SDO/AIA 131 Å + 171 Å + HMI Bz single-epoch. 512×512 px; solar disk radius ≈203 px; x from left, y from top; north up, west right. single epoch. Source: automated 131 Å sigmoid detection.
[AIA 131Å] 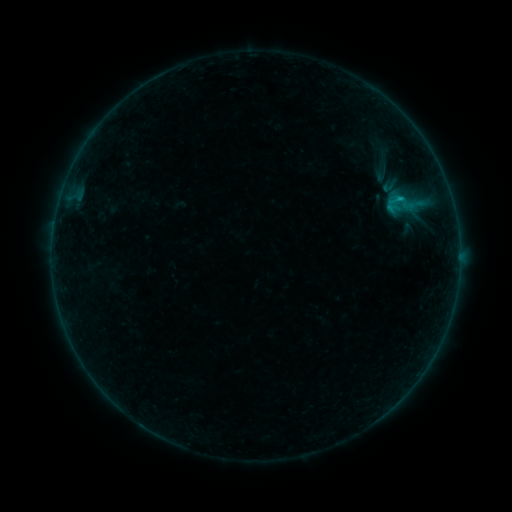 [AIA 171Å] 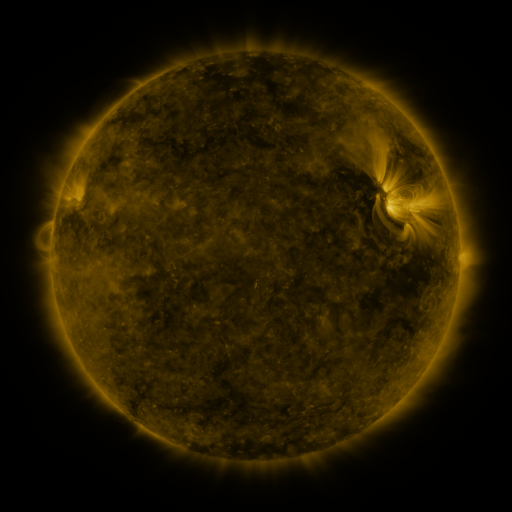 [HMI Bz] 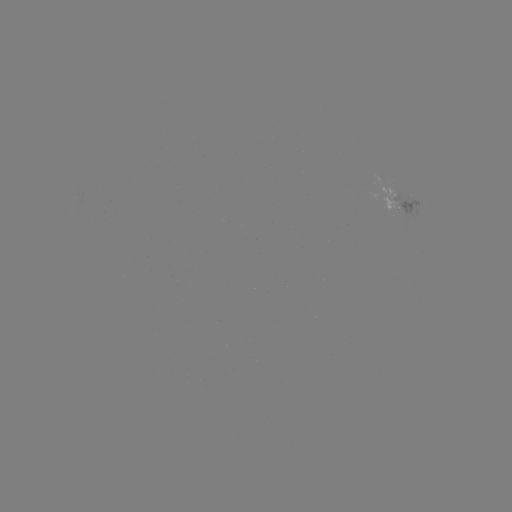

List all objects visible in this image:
sigmoid: (351, 144, 418, 185)
sigmoid: (385, 192, 411, 211)
